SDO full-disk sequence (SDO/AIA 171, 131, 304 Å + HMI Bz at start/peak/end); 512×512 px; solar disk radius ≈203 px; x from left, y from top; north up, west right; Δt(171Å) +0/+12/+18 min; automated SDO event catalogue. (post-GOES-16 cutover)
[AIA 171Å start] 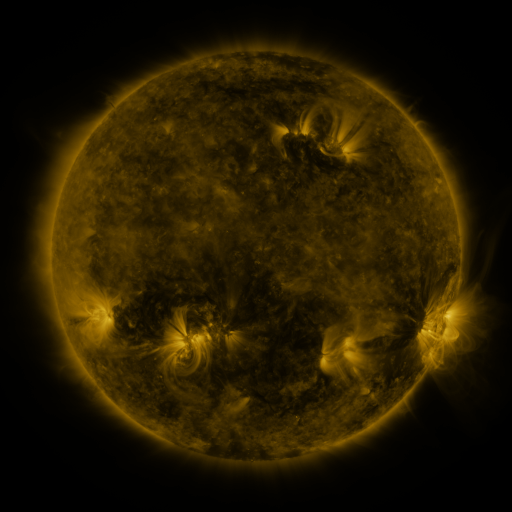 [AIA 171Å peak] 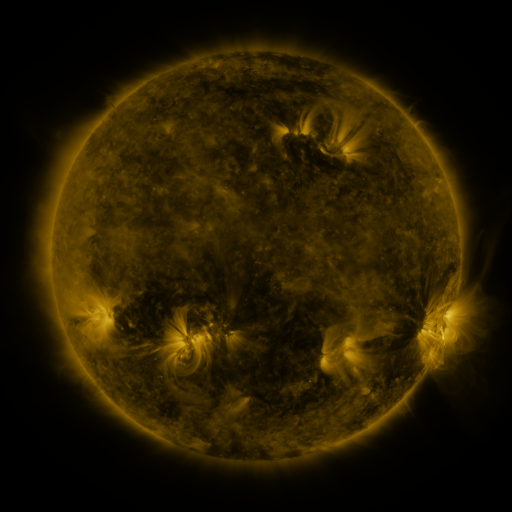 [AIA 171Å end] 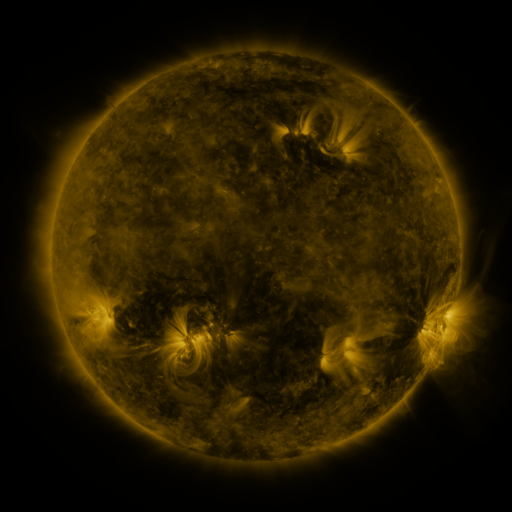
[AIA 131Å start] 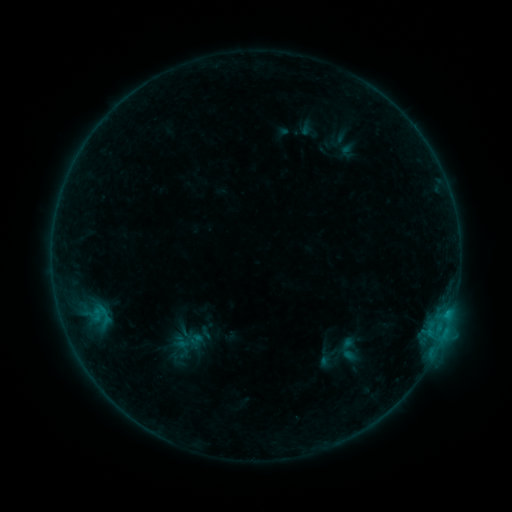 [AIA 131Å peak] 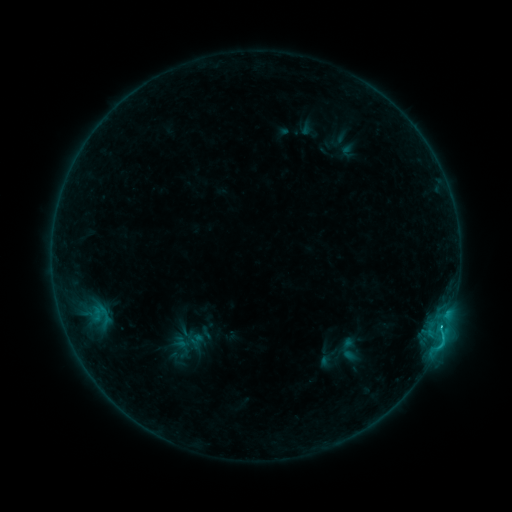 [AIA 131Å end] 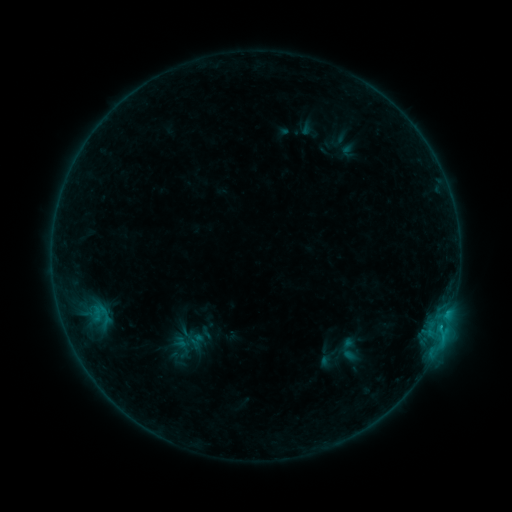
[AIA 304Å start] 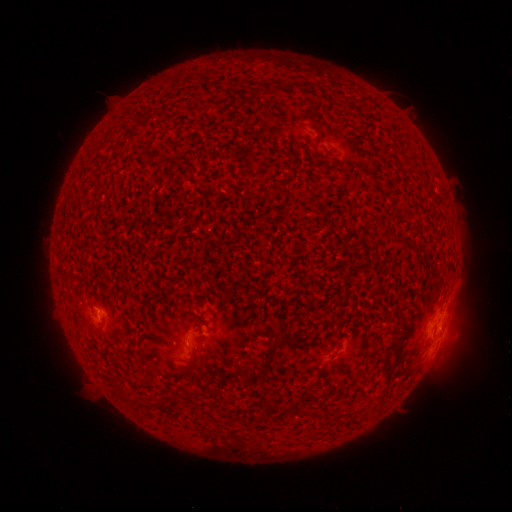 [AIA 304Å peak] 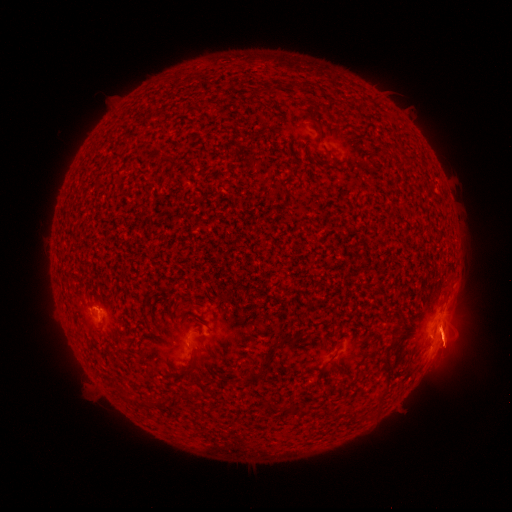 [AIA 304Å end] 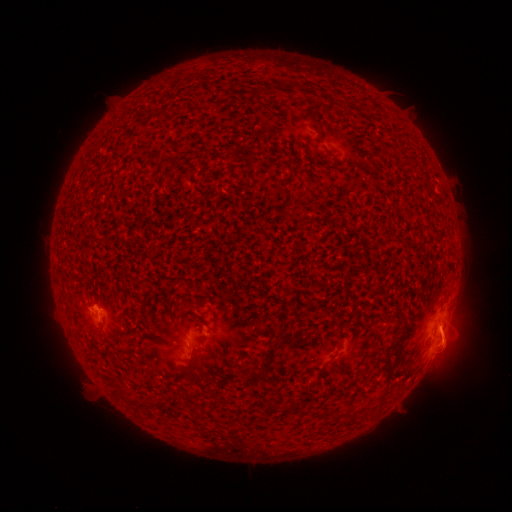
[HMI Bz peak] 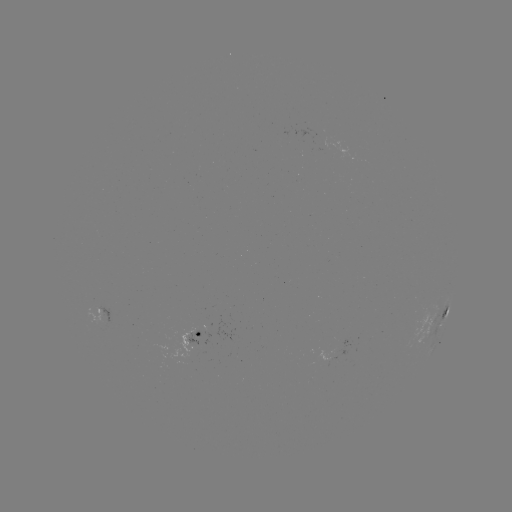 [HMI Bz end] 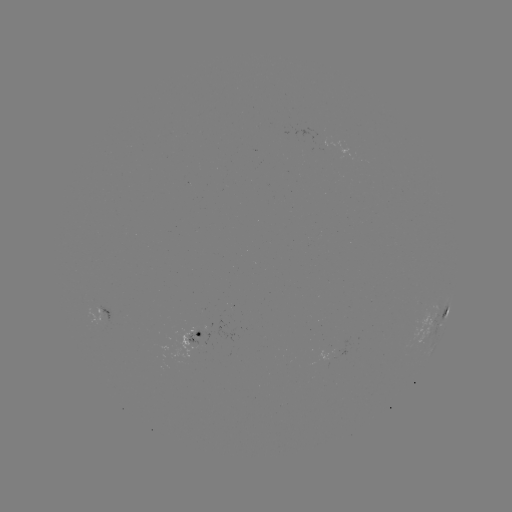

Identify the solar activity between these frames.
C1.2 flare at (441, 325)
